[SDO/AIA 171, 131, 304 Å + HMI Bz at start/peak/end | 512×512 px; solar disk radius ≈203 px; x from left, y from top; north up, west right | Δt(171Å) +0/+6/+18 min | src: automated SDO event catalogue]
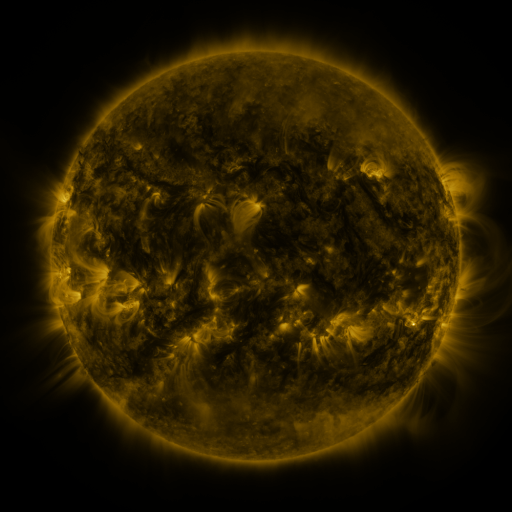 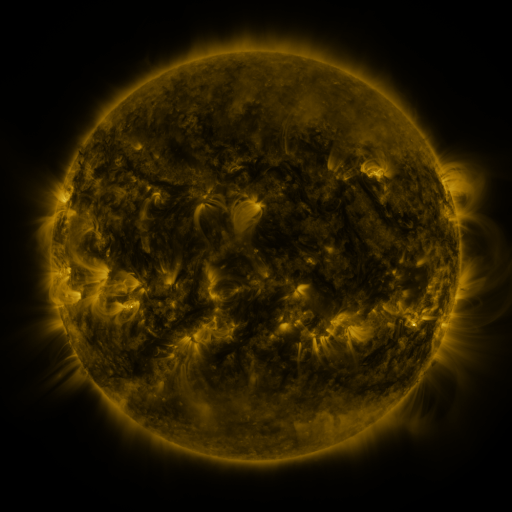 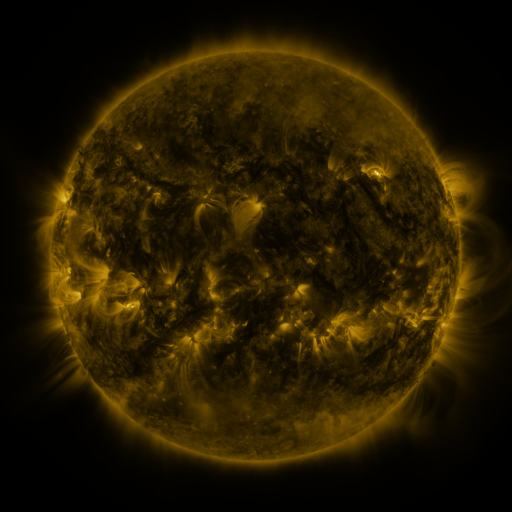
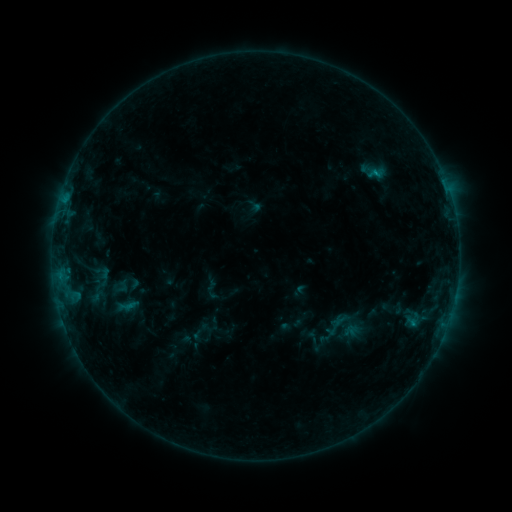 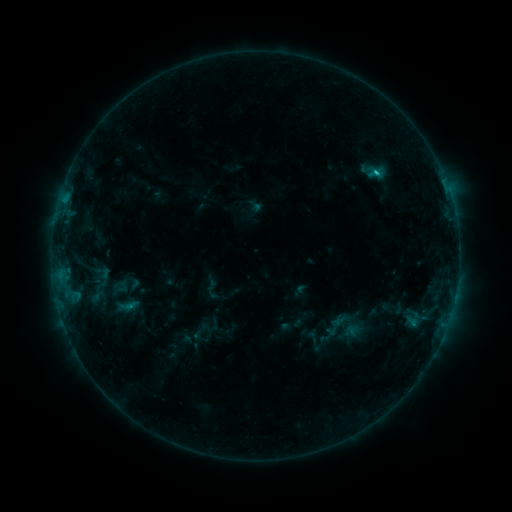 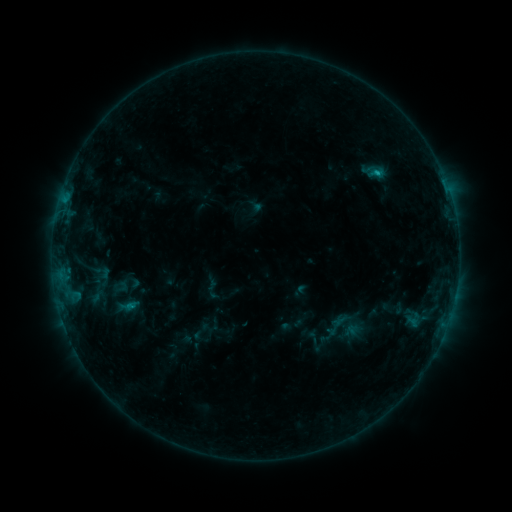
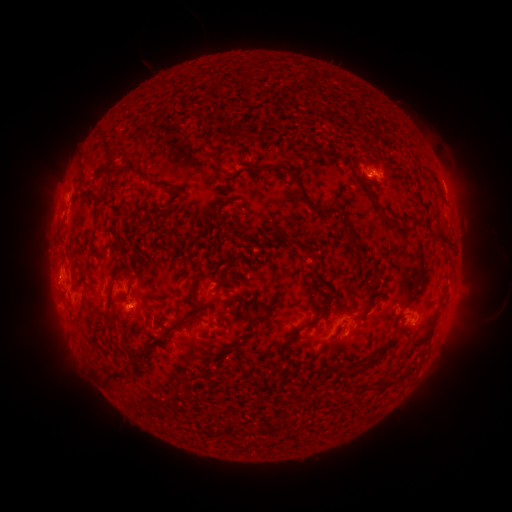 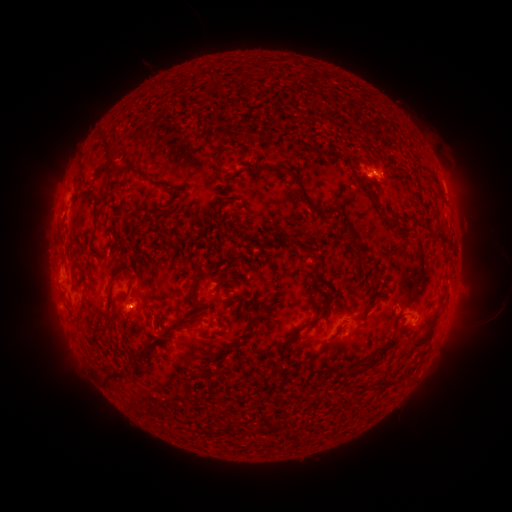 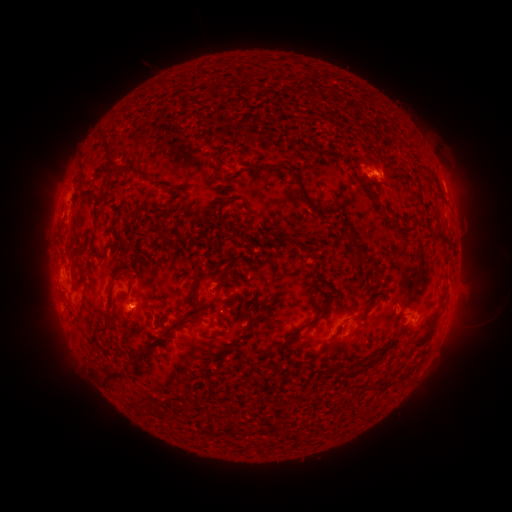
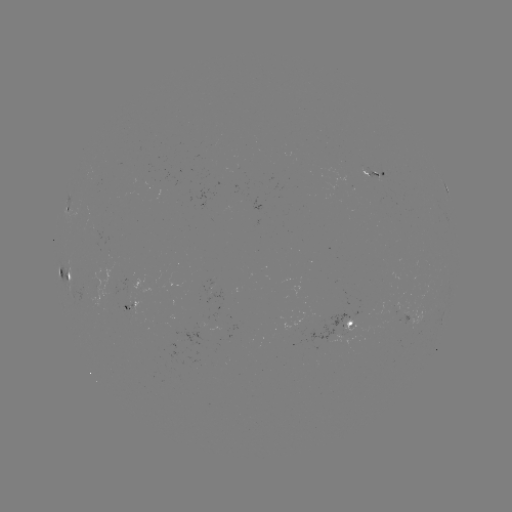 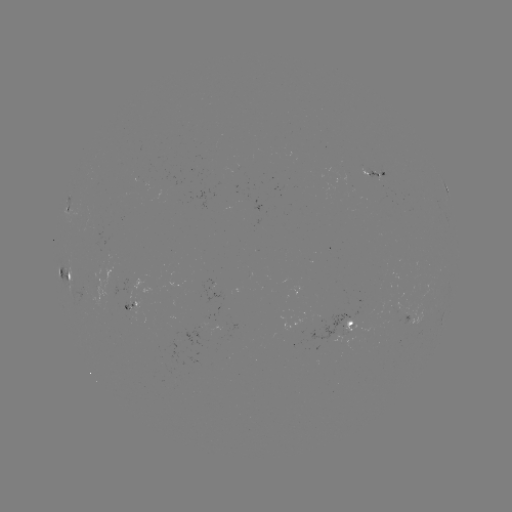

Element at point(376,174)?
B7.3 flare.